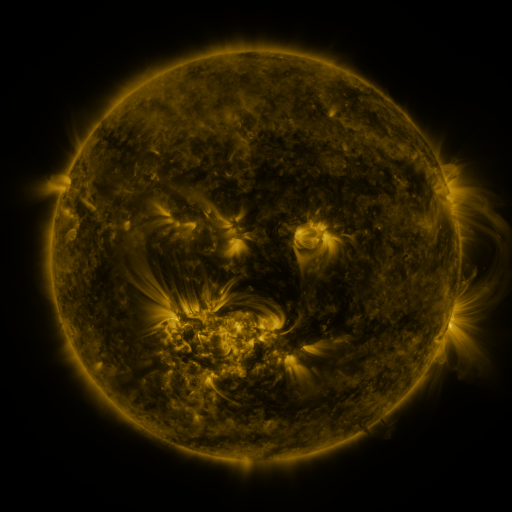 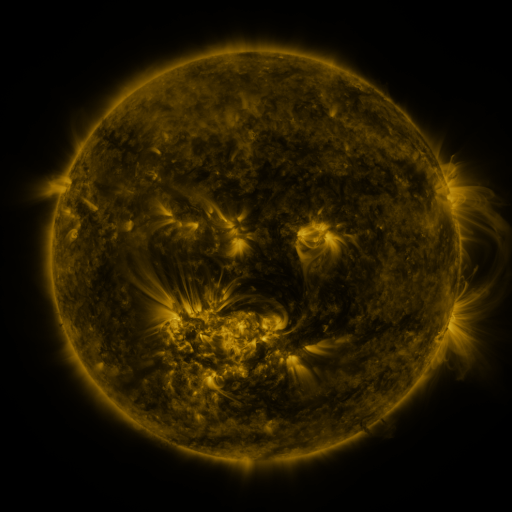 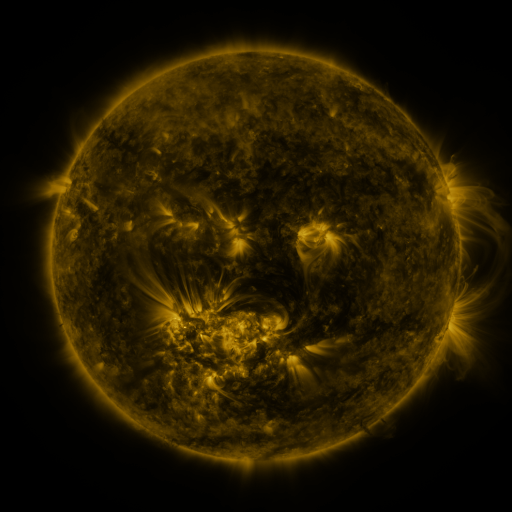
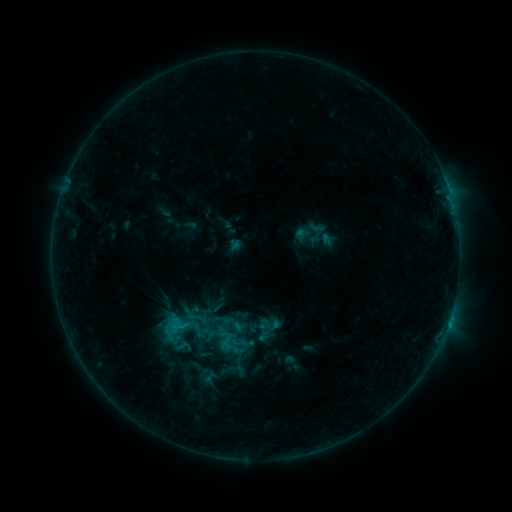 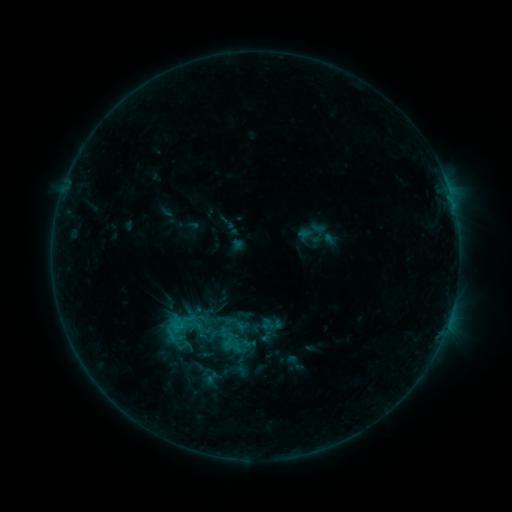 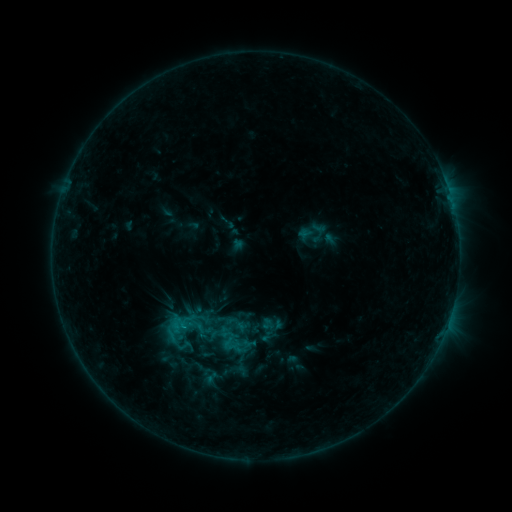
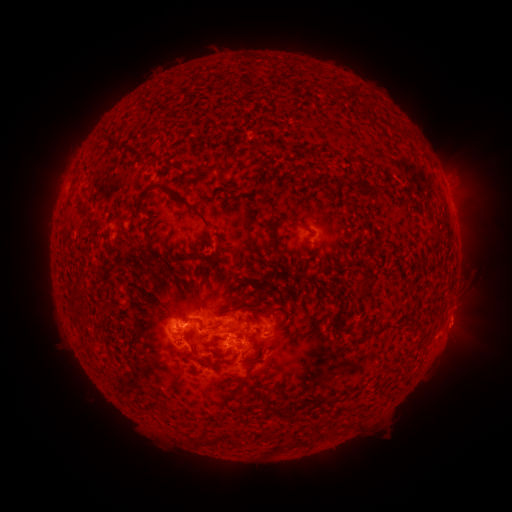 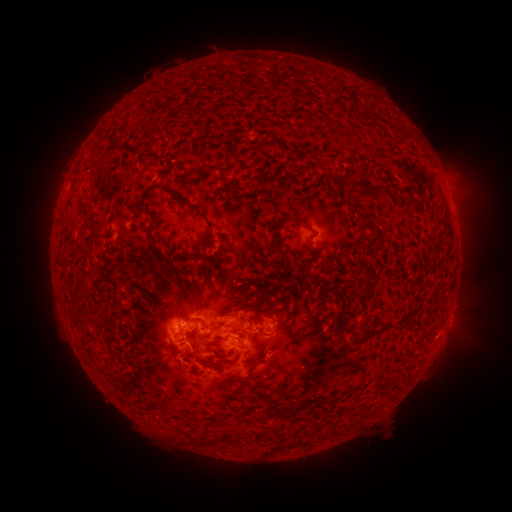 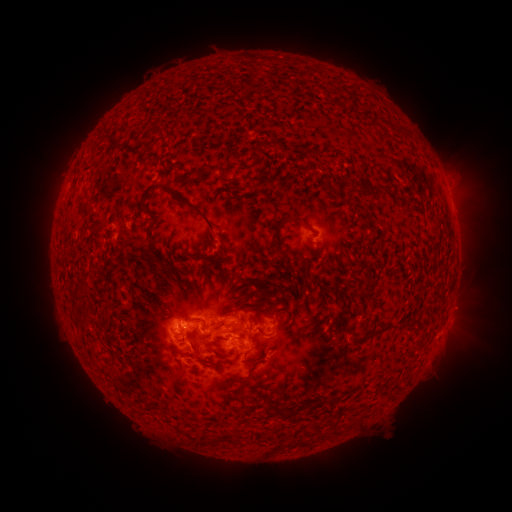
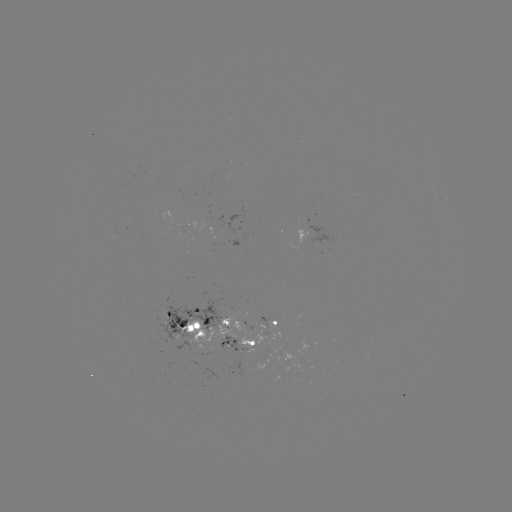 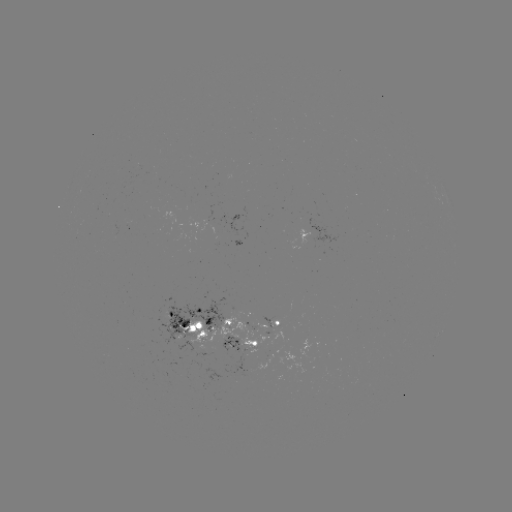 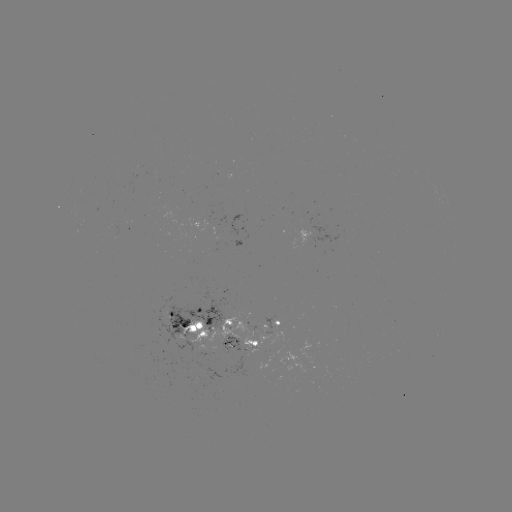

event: emerging-flux region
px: (234, 339)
